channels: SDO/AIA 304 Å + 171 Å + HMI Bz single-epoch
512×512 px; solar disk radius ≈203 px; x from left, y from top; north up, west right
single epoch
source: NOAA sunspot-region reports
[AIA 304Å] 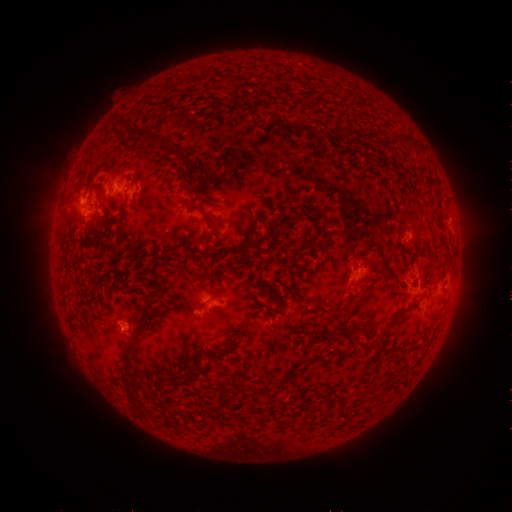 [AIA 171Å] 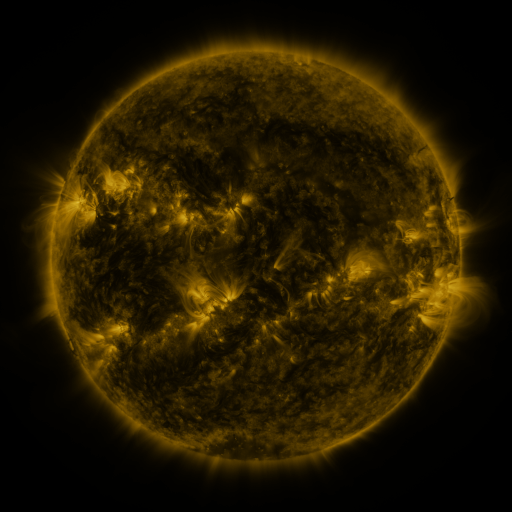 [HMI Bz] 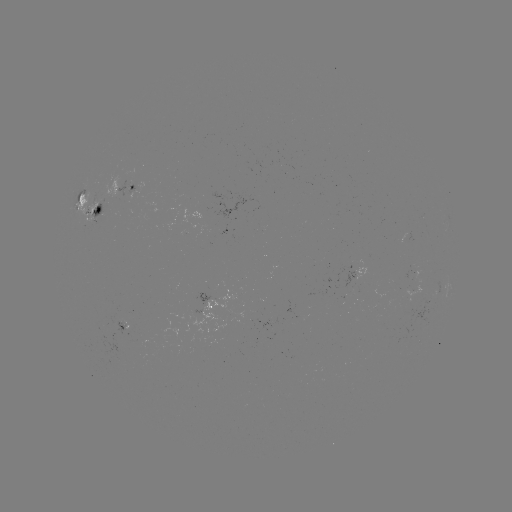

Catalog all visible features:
spotted active region: (126, 190)
spotted active region: (91, 208)
spotted active region: (360, 274)
spotted active region: (450, 287)
spotted active region: (215, 305)
spotted active region: (121, 327)
